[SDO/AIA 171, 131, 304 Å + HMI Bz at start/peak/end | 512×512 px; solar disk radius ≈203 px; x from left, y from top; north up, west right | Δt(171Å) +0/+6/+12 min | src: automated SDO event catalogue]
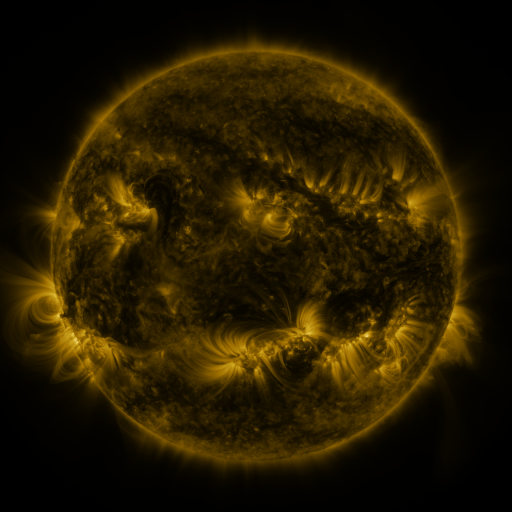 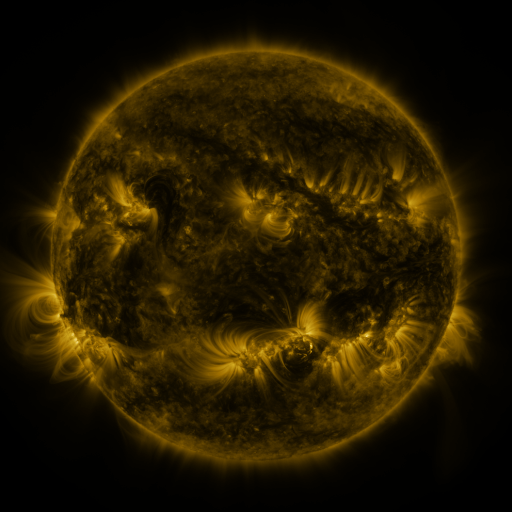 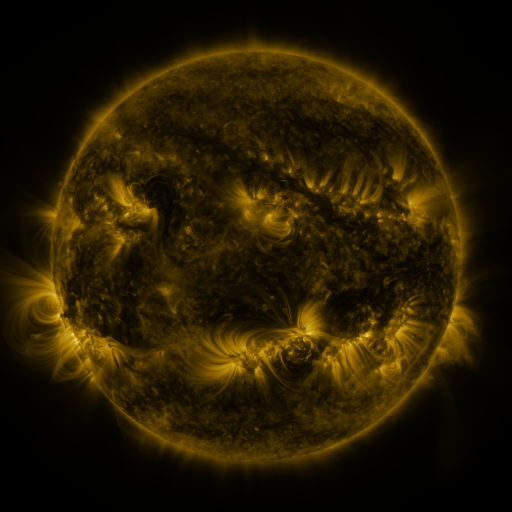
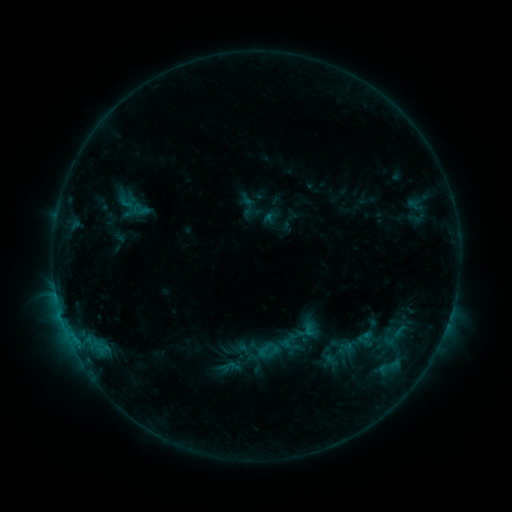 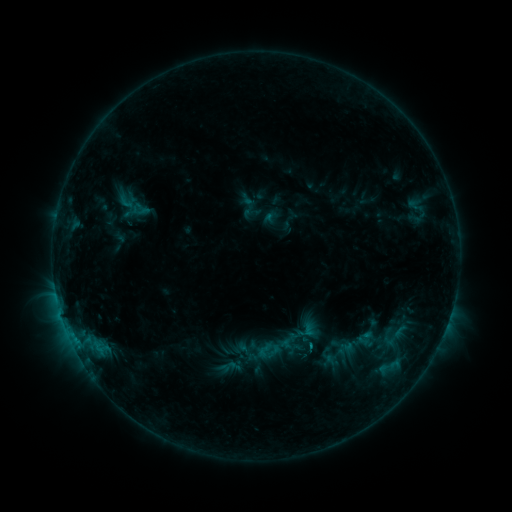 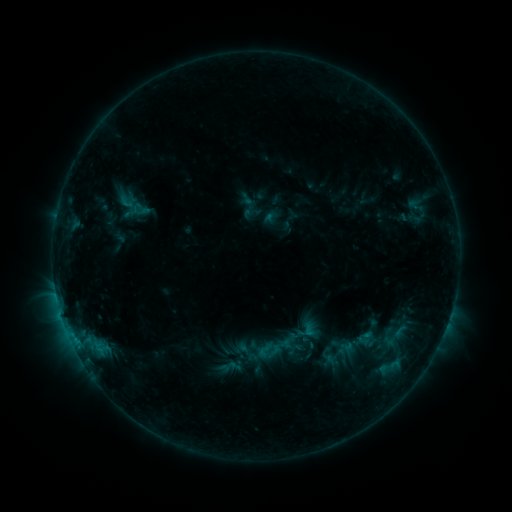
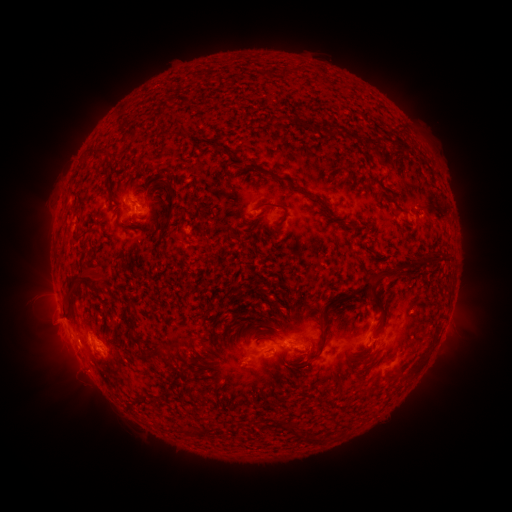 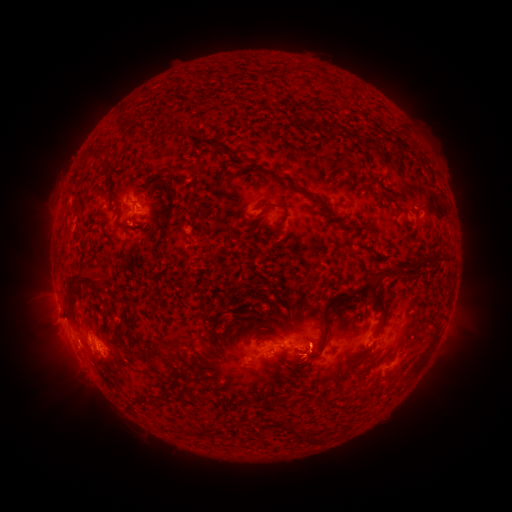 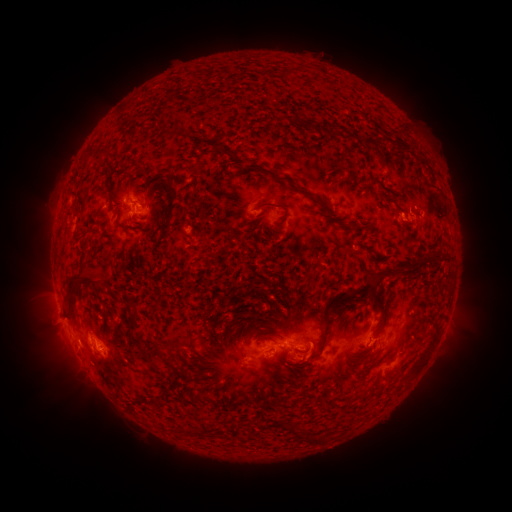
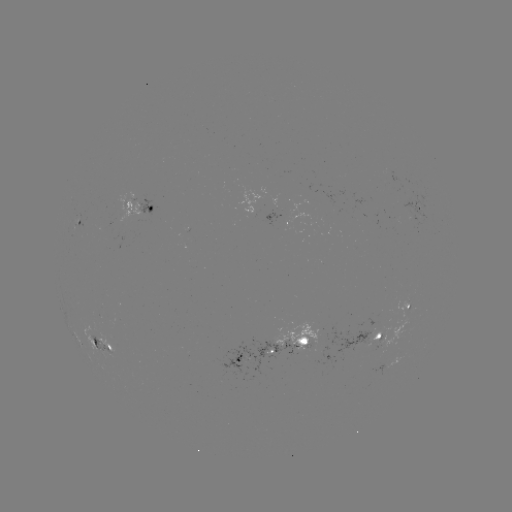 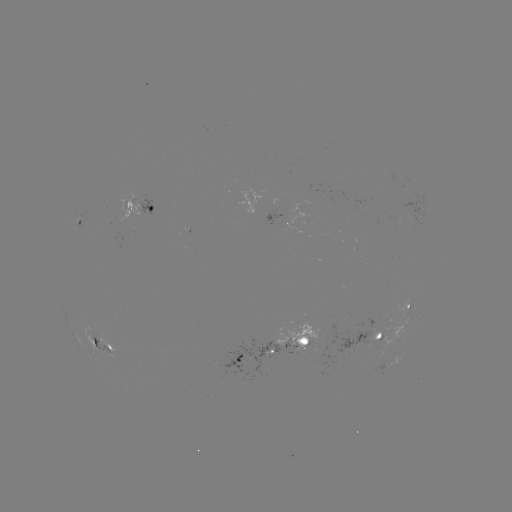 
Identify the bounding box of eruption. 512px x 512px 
[282, 344, 334, 392].